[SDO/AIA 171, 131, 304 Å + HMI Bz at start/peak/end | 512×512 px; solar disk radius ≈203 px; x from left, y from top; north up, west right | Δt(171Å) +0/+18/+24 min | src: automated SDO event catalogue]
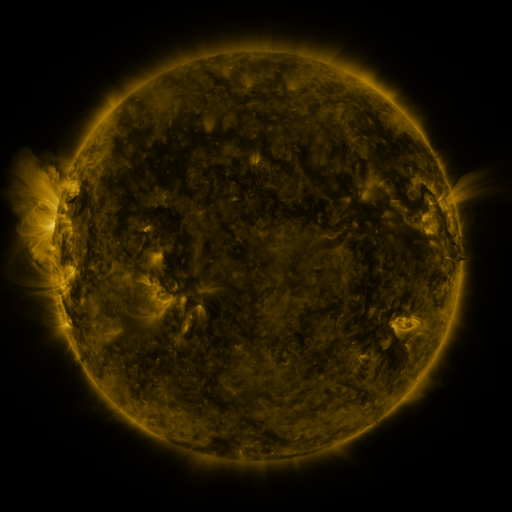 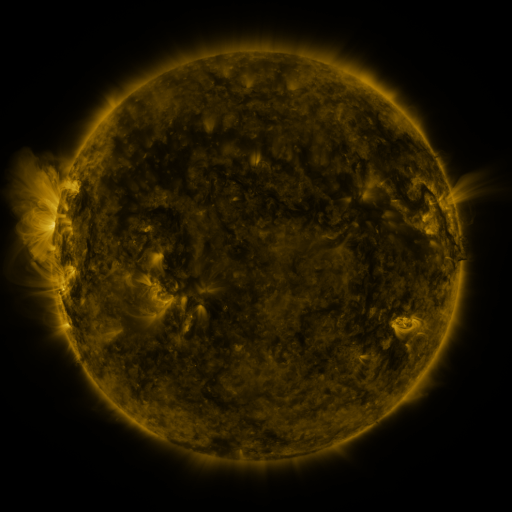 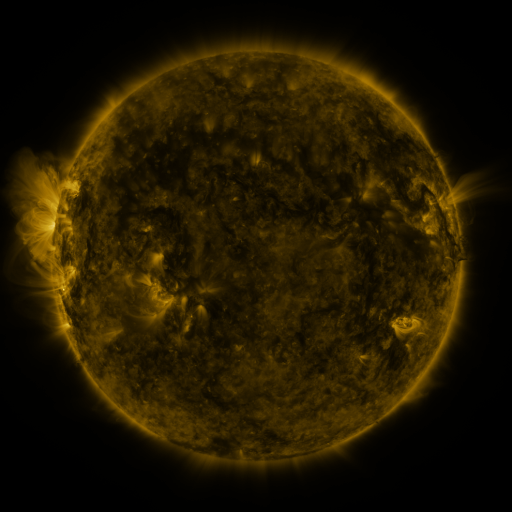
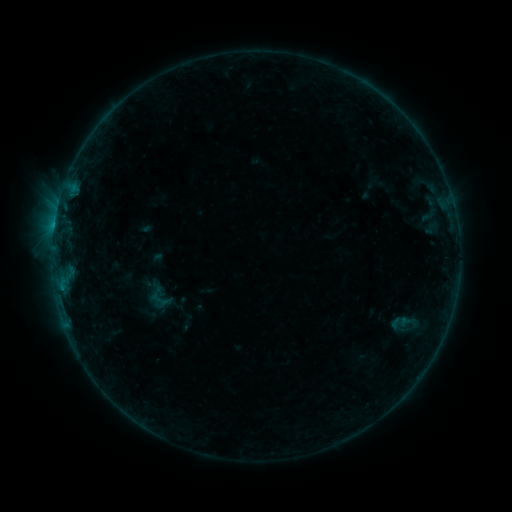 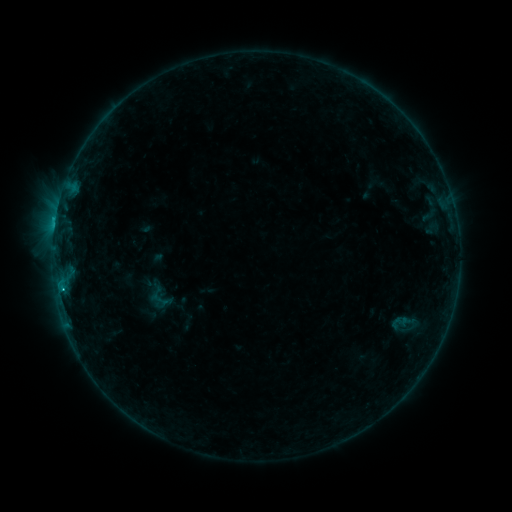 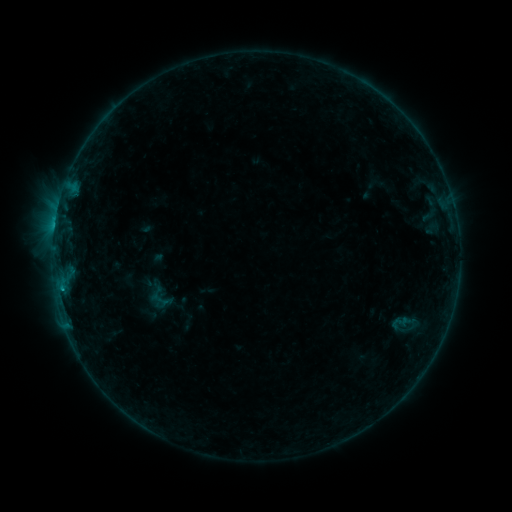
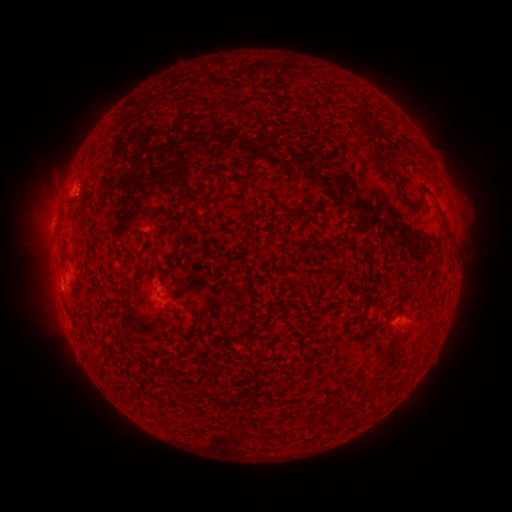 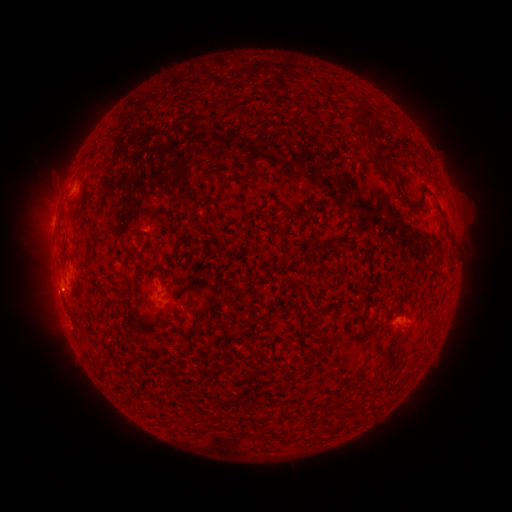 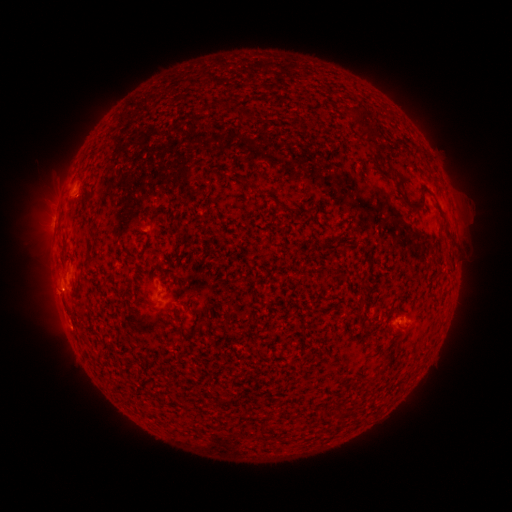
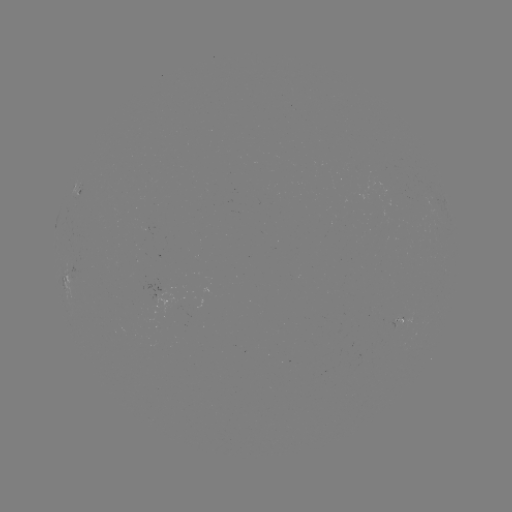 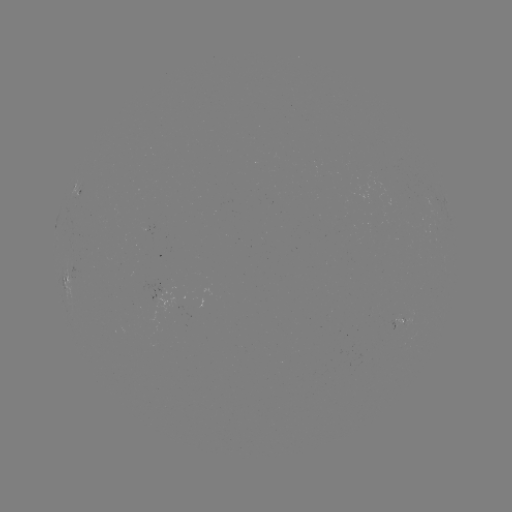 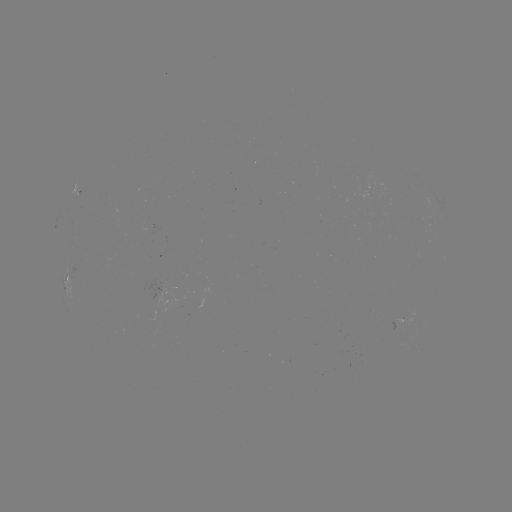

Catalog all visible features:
B6.3 flare: (55, 221)
